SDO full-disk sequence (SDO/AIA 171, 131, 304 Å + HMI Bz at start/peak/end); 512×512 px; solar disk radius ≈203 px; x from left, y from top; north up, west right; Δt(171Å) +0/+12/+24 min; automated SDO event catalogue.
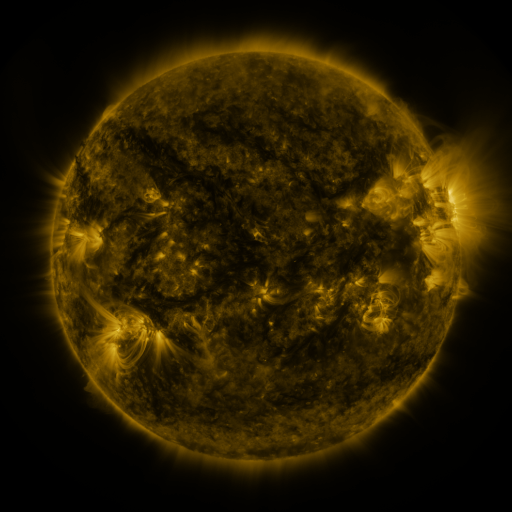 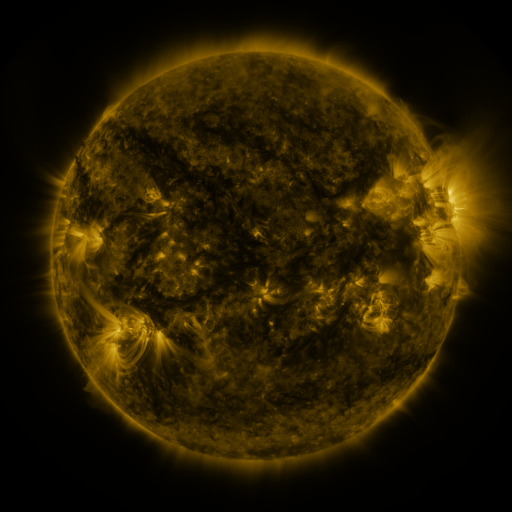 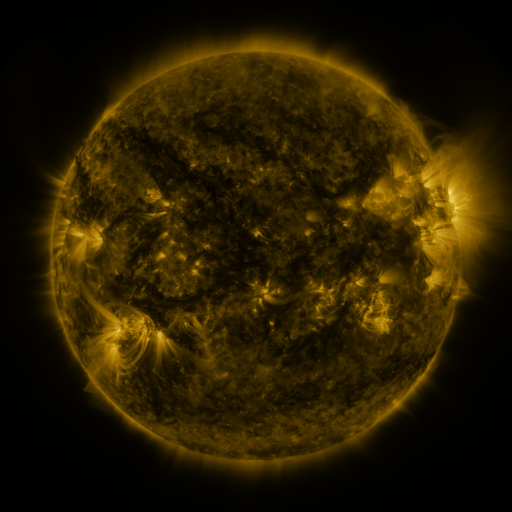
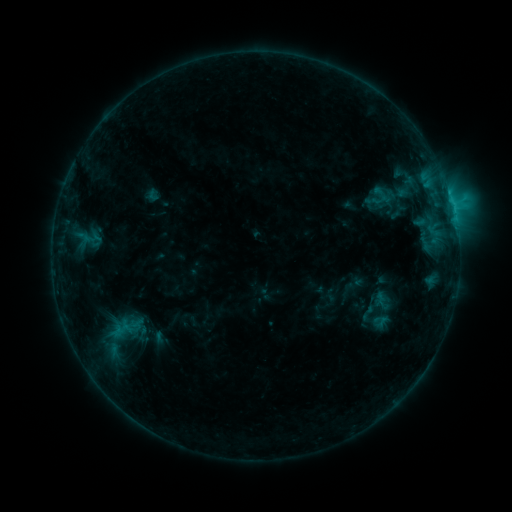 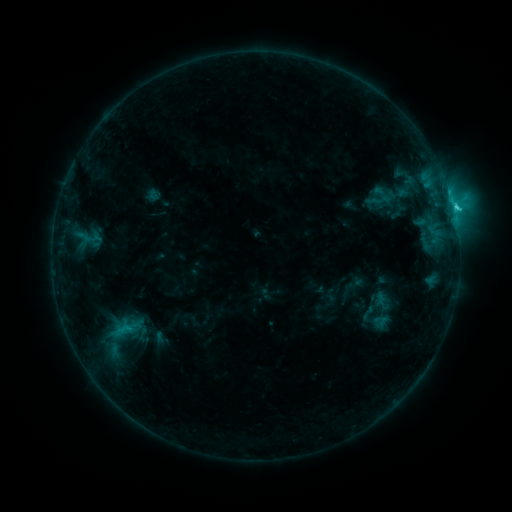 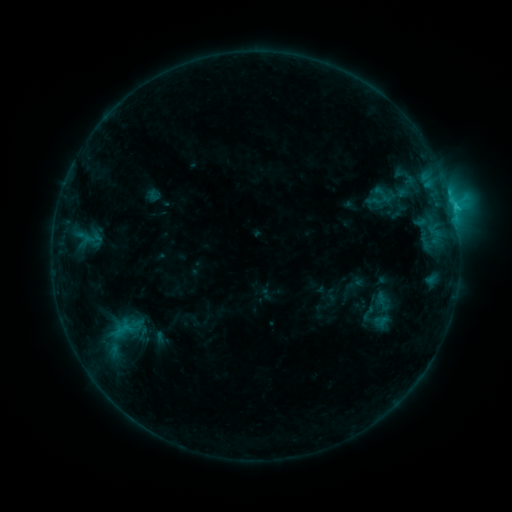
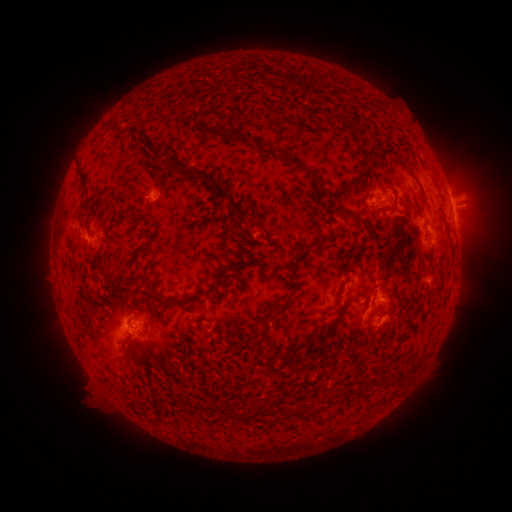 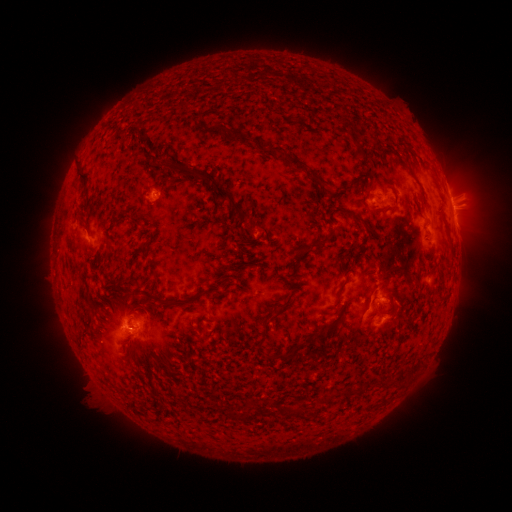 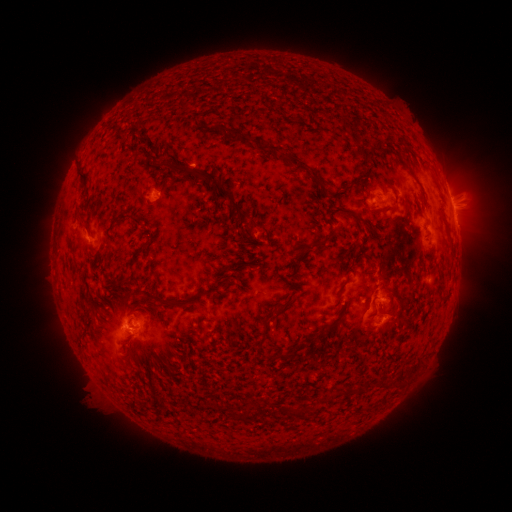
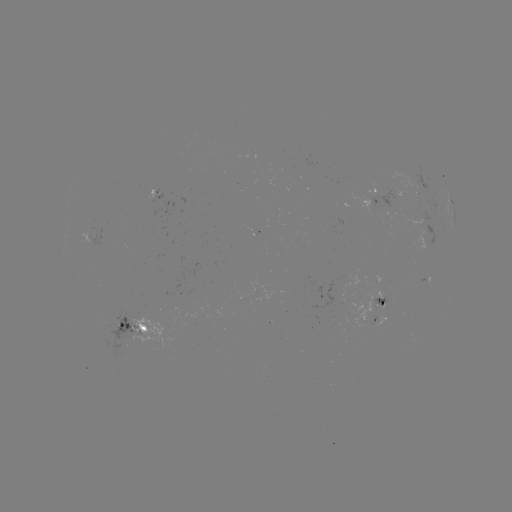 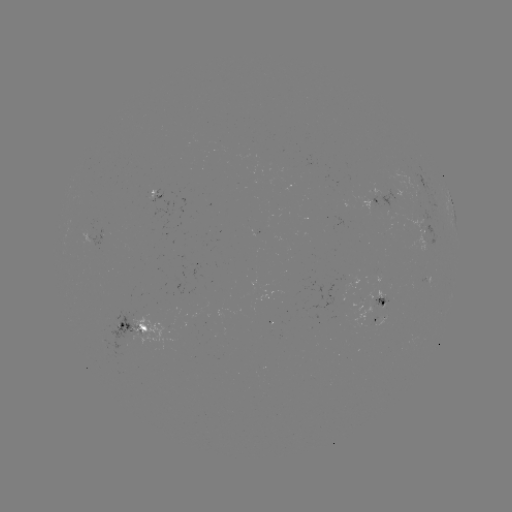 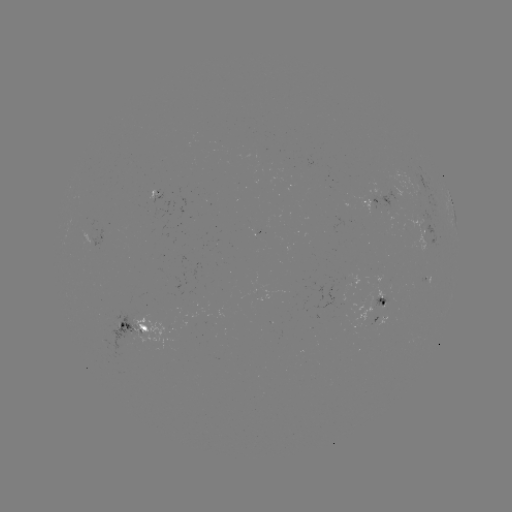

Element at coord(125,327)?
C1.9 flare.